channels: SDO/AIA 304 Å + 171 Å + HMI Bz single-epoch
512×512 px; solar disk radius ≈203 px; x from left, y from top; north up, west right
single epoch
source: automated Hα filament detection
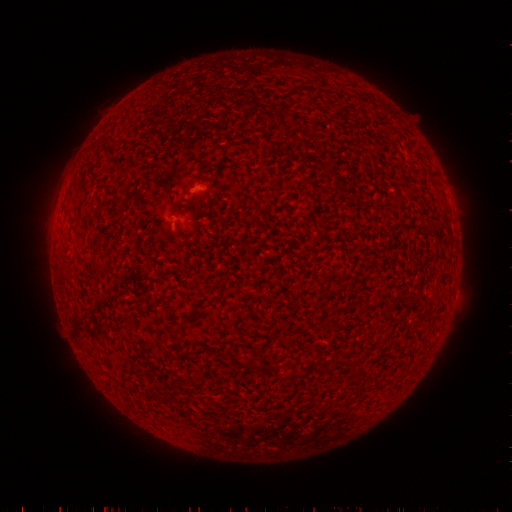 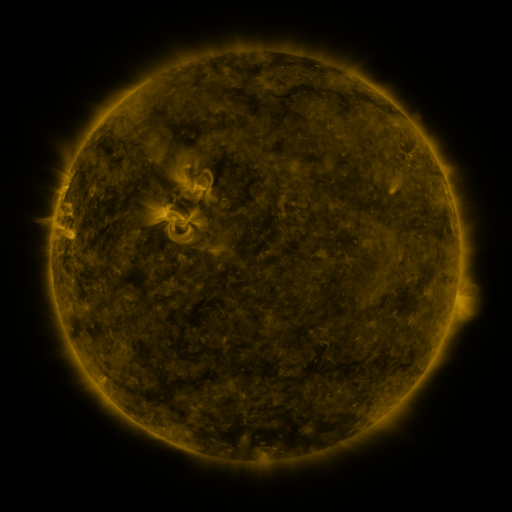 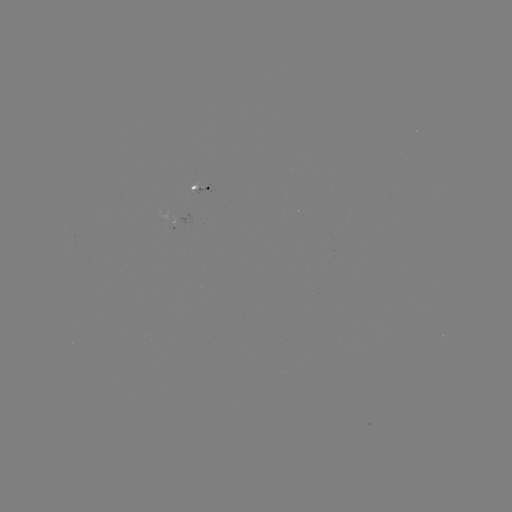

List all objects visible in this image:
filament: (359, 97)
filament: (95, 263)
filament: (180, 327)
